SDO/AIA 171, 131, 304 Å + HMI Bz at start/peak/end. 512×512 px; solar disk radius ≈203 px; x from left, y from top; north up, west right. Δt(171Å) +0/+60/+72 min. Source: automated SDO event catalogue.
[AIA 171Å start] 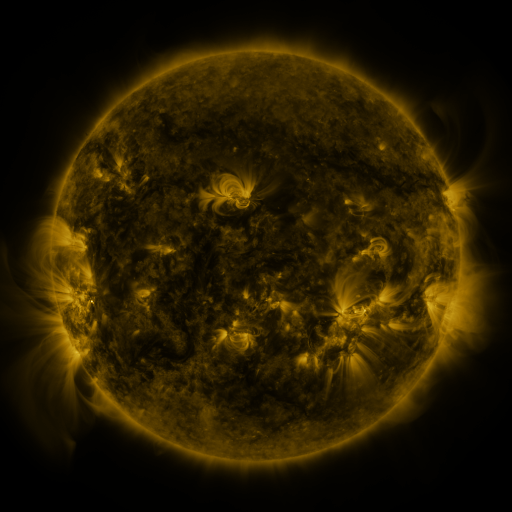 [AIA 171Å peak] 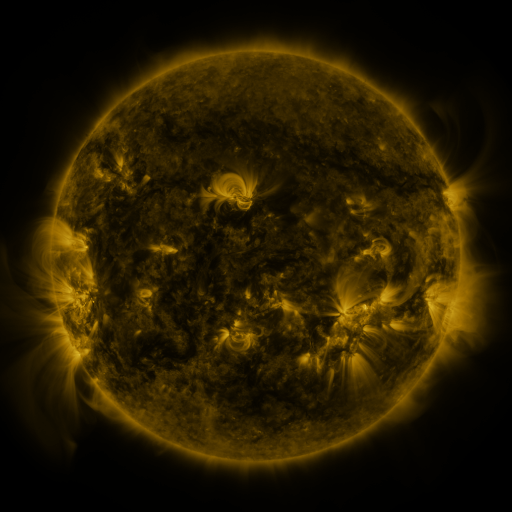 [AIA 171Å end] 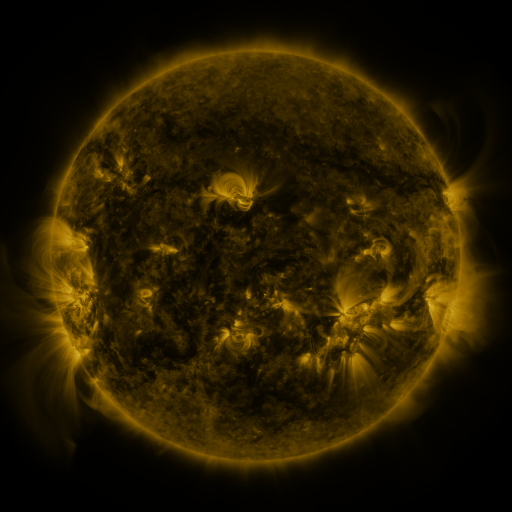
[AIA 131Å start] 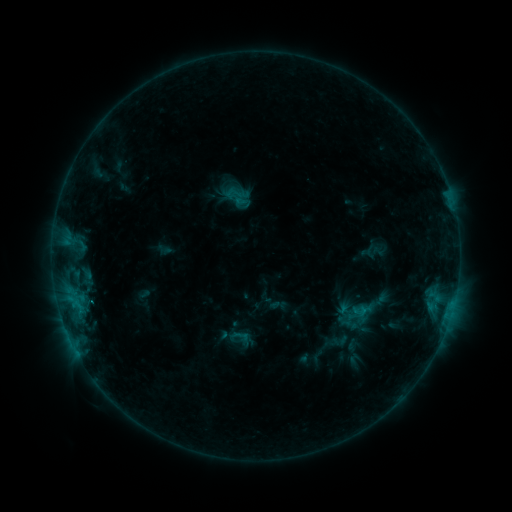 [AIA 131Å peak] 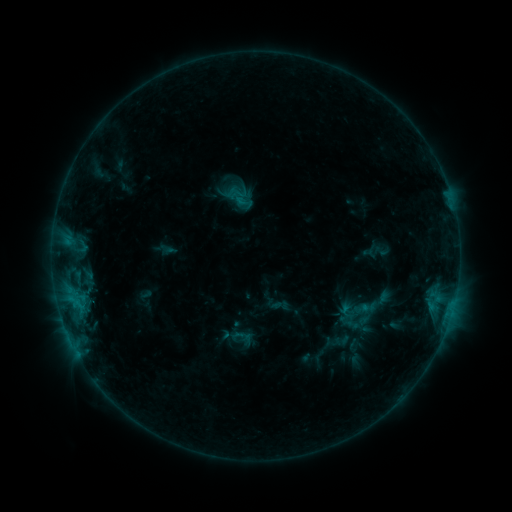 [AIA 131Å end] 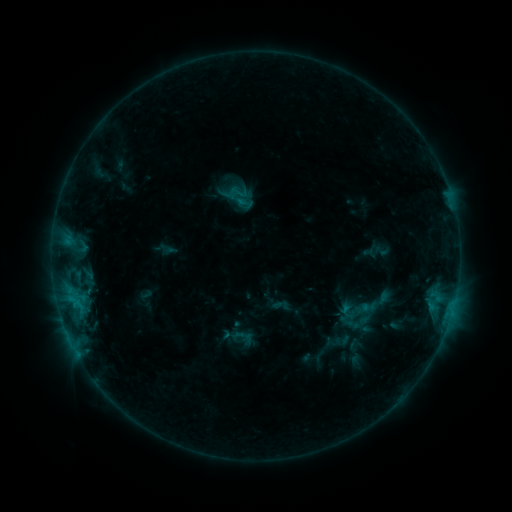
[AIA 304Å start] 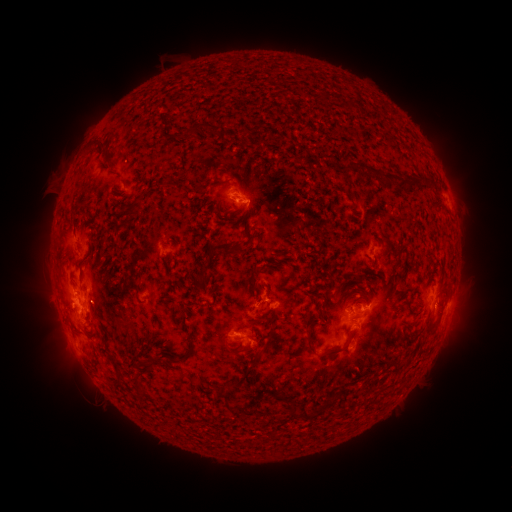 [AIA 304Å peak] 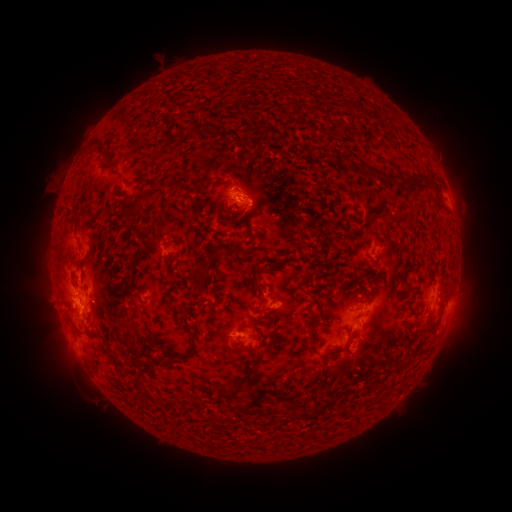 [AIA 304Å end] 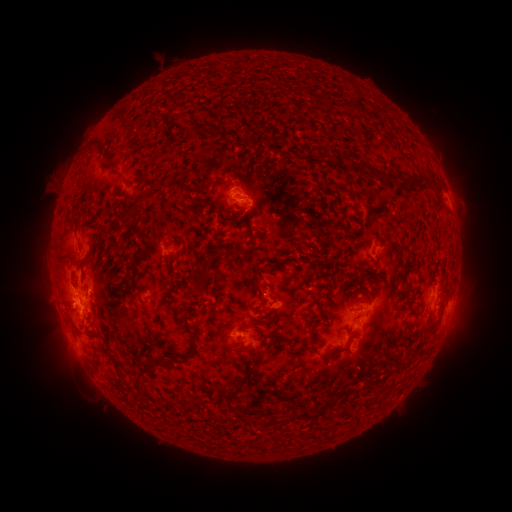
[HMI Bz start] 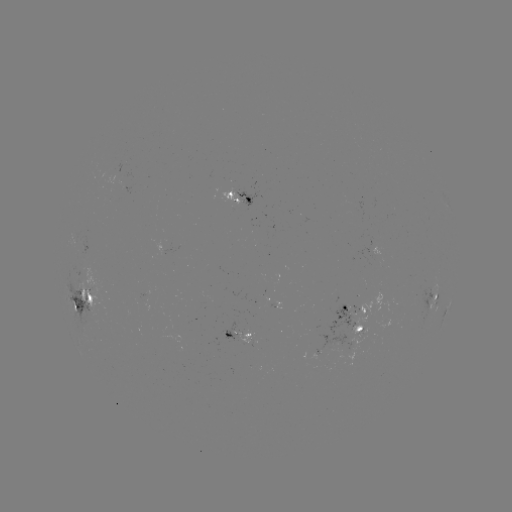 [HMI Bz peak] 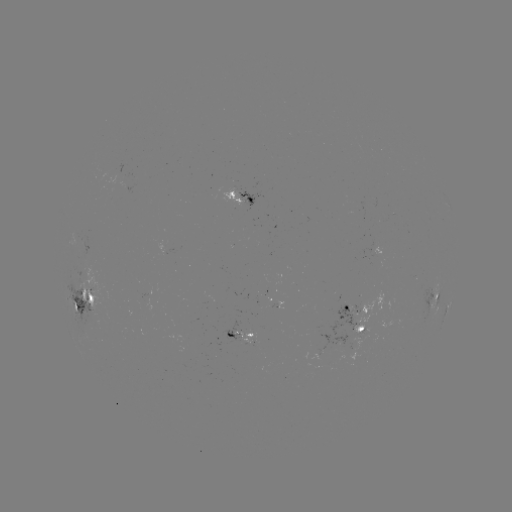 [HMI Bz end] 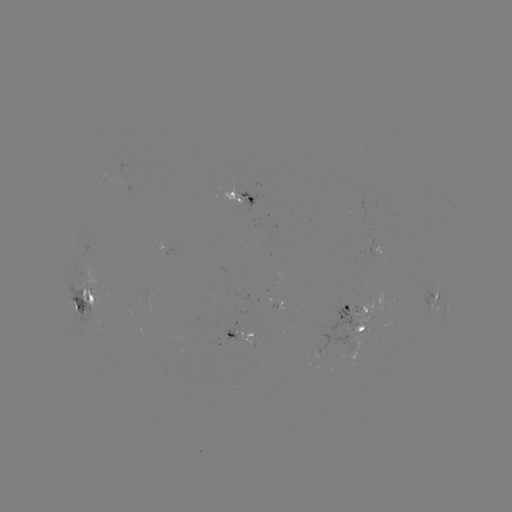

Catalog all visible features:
emerging-flux region: (363, 311)
